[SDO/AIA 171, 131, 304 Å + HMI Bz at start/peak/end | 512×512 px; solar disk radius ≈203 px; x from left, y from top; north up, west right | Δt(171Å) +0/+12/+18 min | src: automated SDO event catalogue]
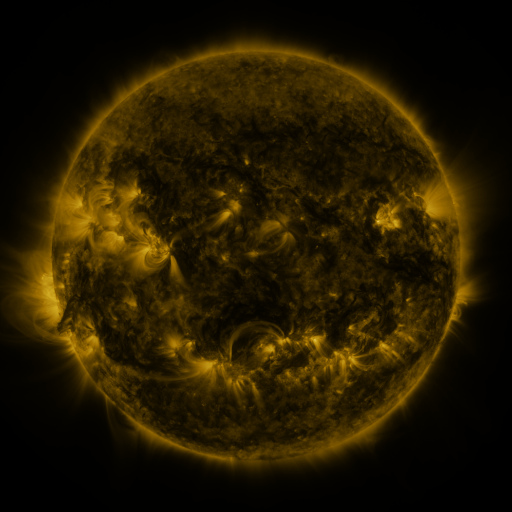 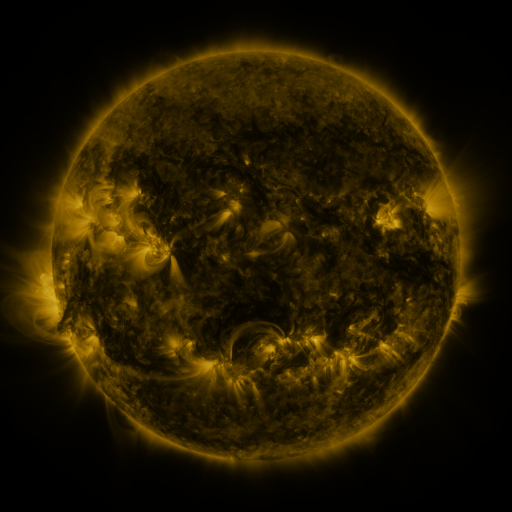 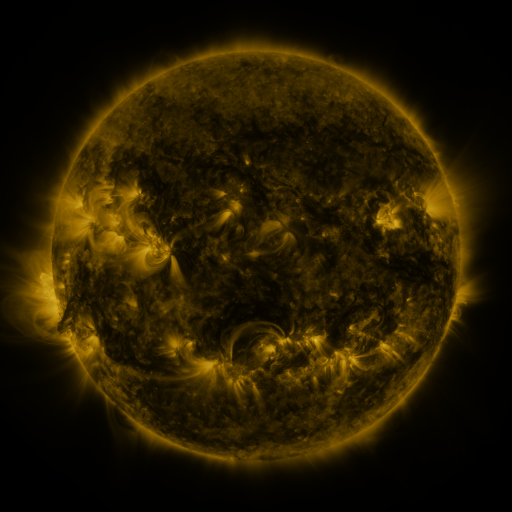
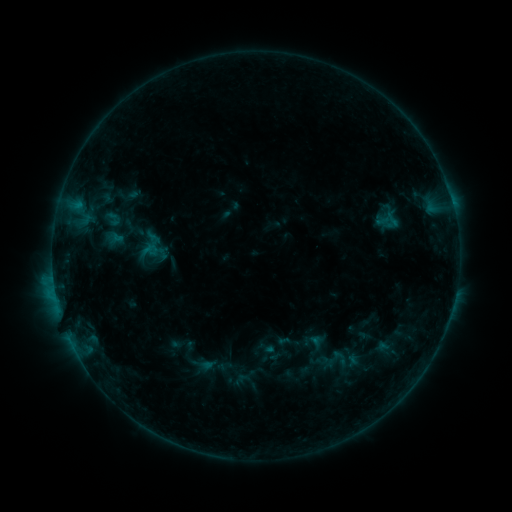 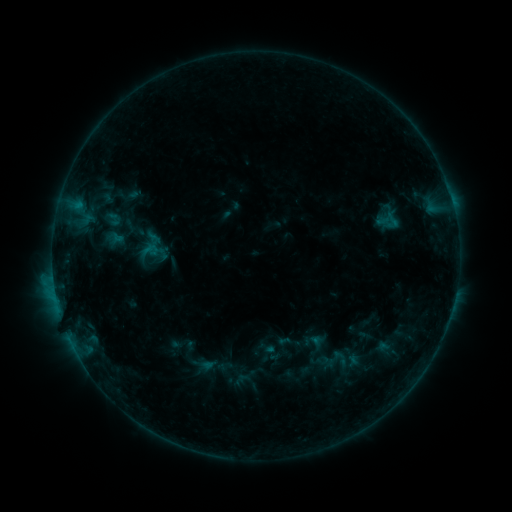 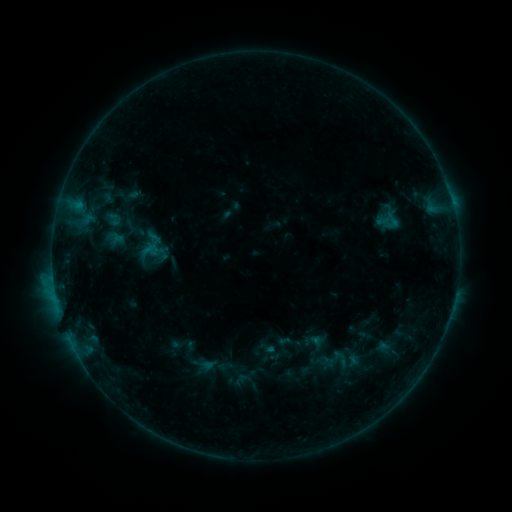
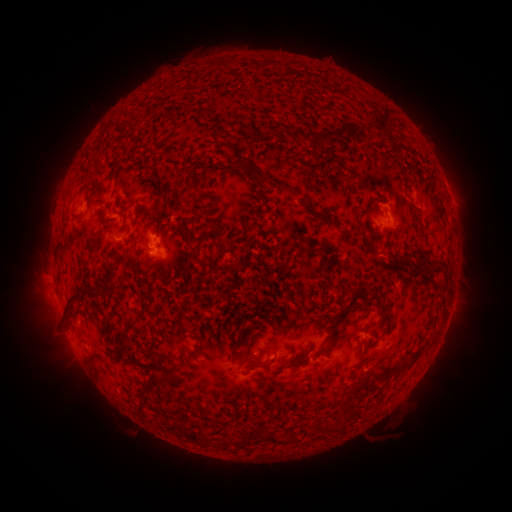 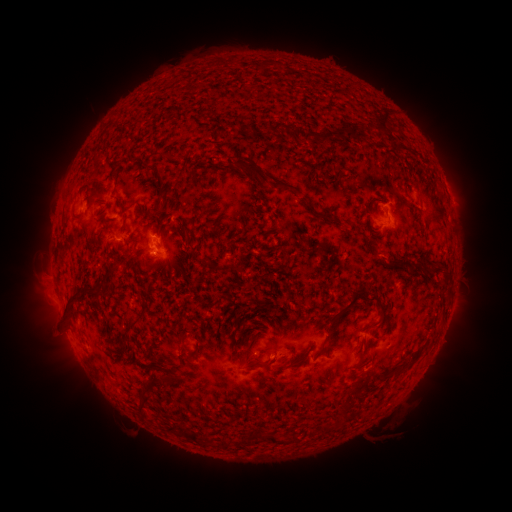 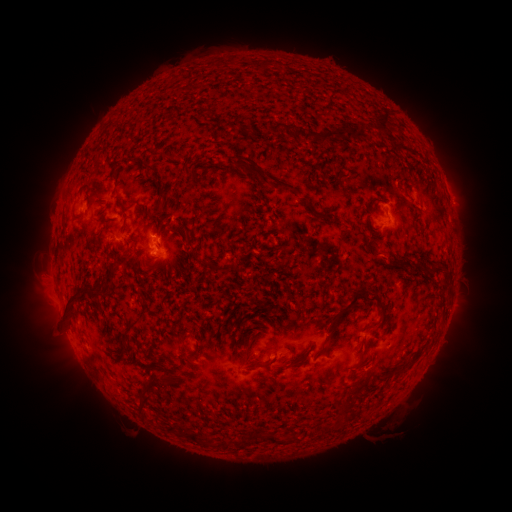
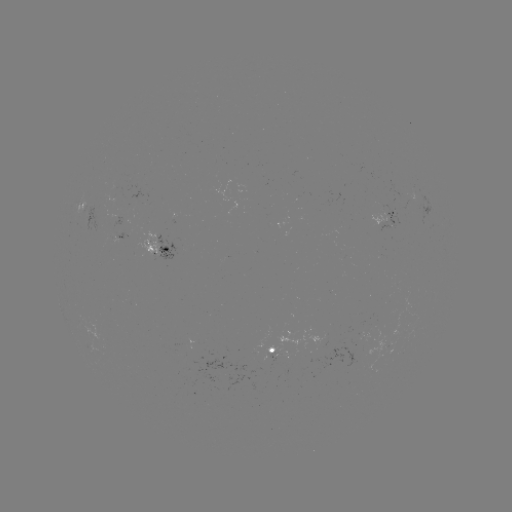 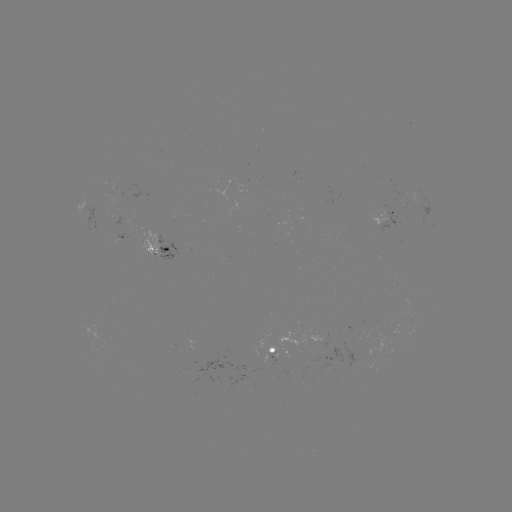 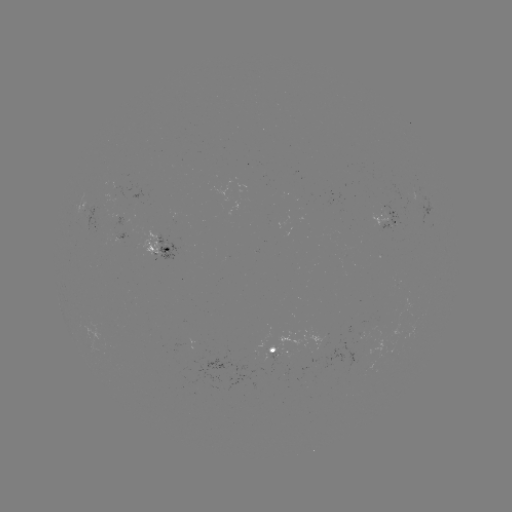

no classed flare was catalogued and no EUV brightening was flagged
